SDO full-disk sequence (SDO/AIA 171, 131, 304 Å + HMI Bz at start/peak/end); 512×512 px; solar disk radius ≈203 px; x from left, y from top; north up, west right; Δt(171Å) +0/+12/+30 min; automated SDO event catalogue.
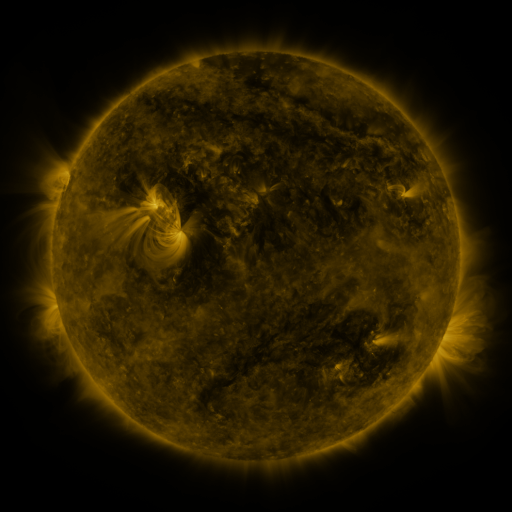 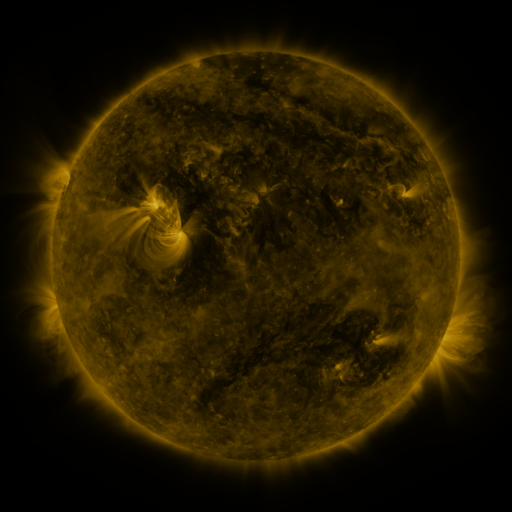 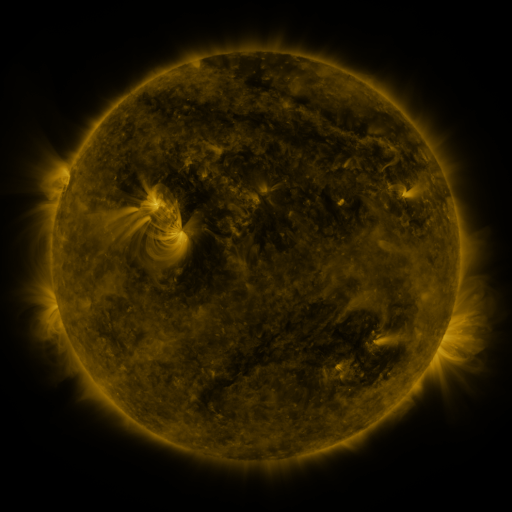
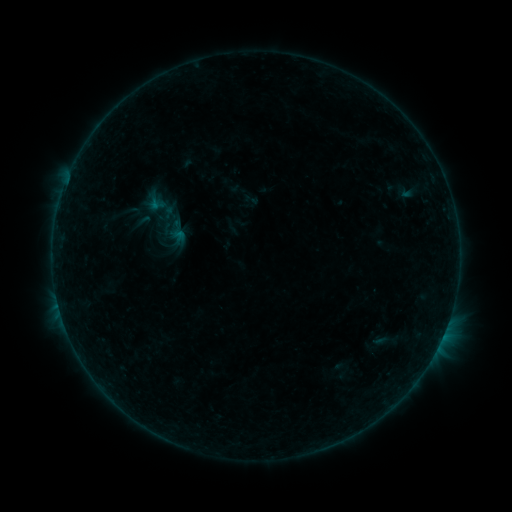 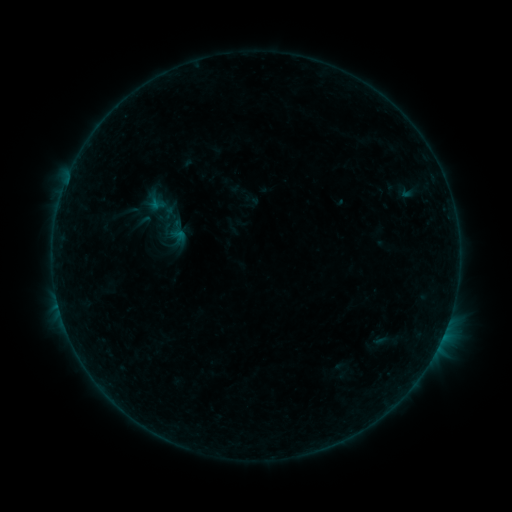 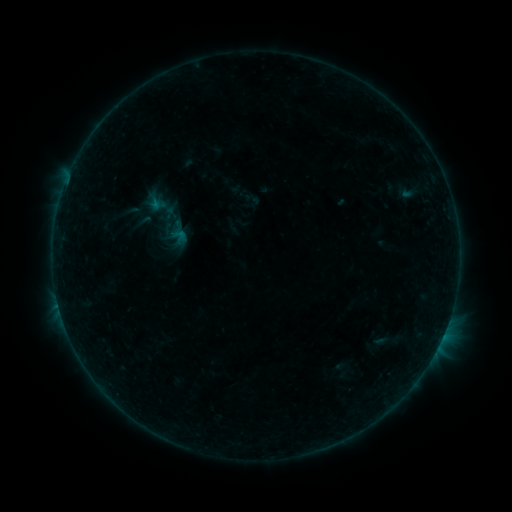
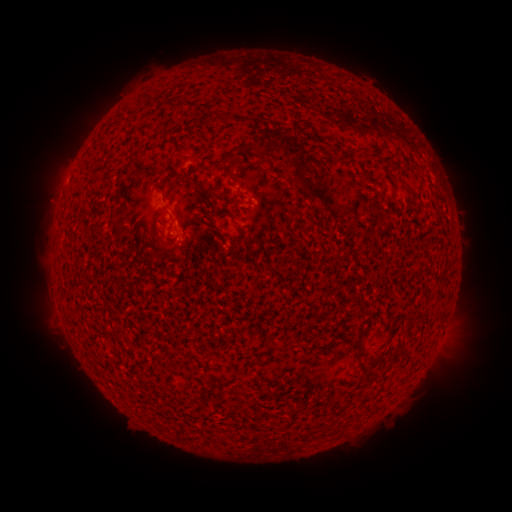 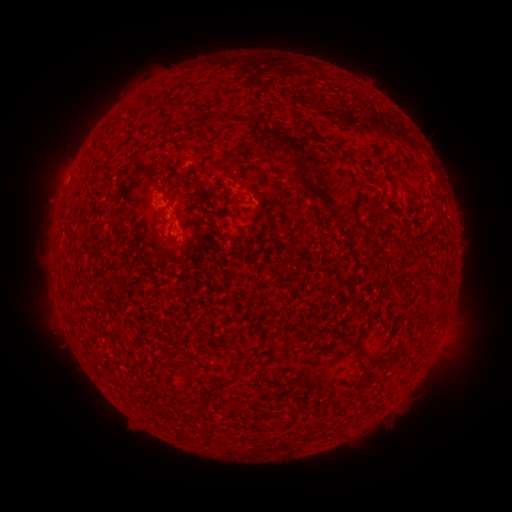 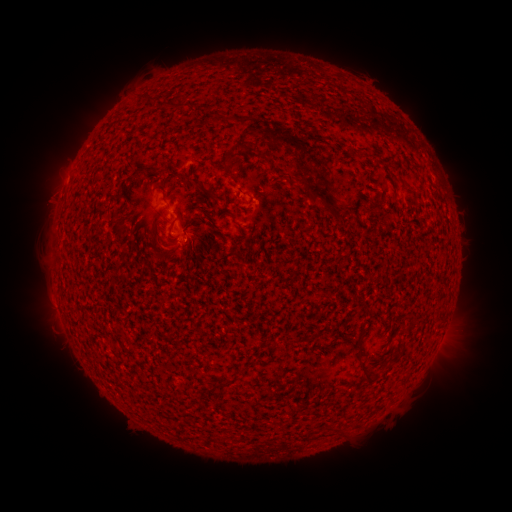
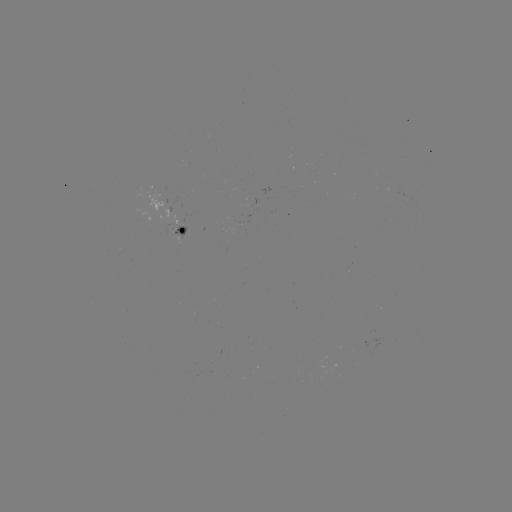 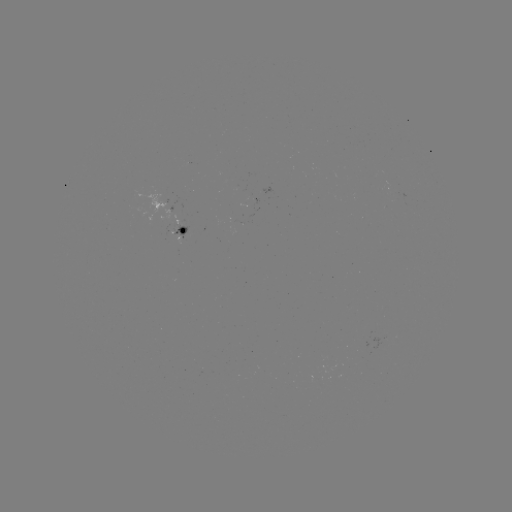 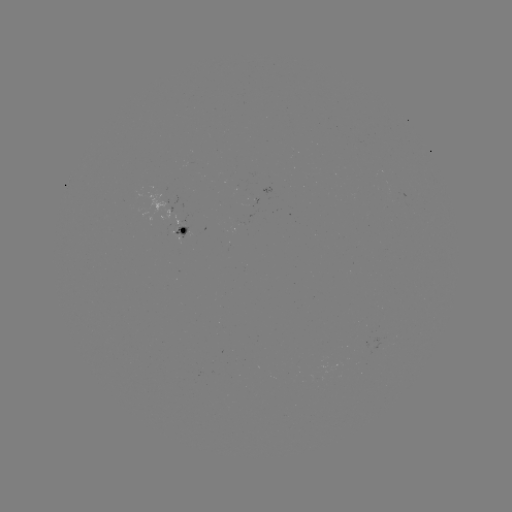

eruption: (287, 141, 320, 172)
